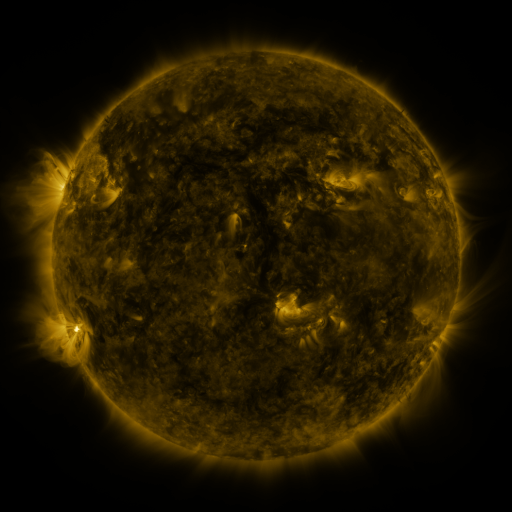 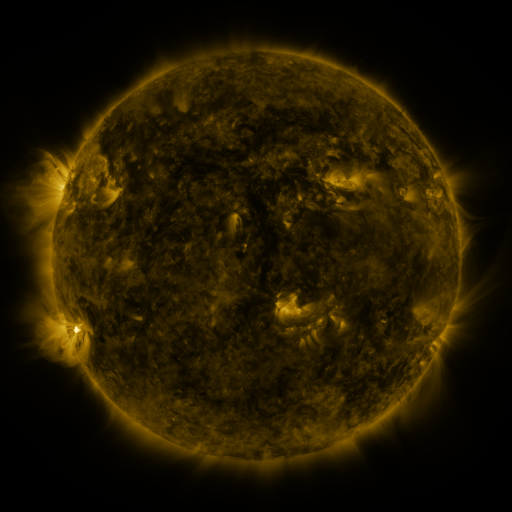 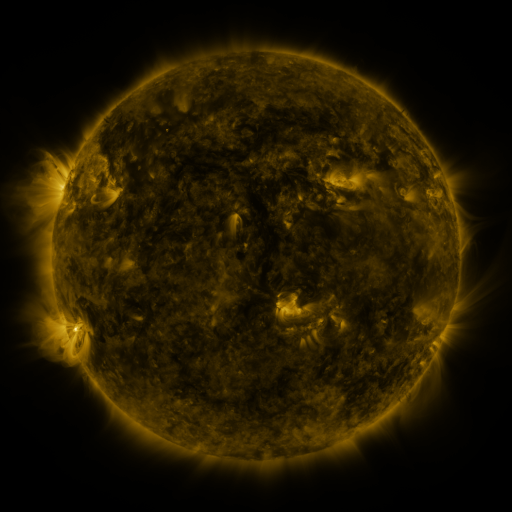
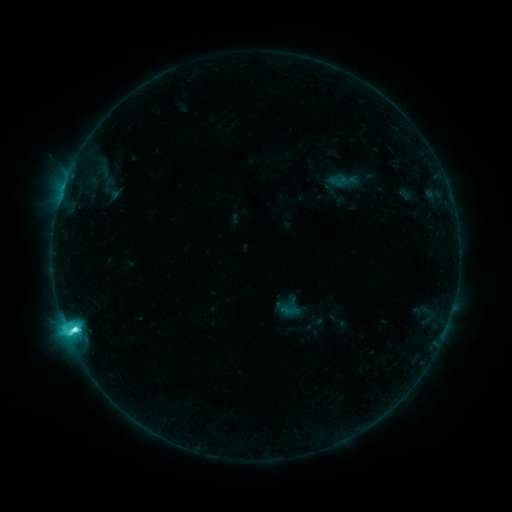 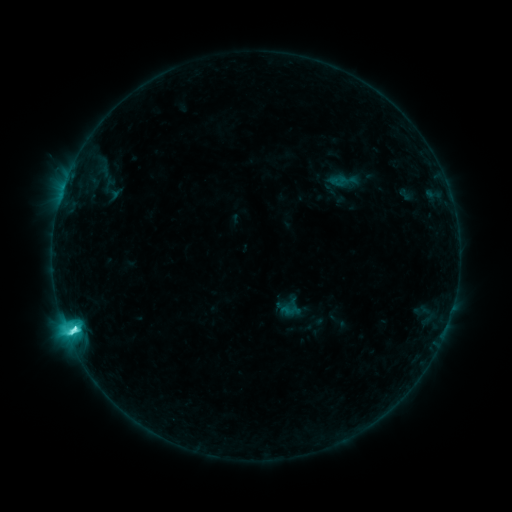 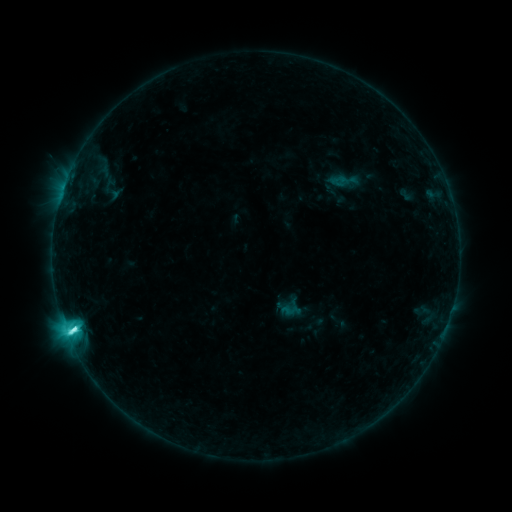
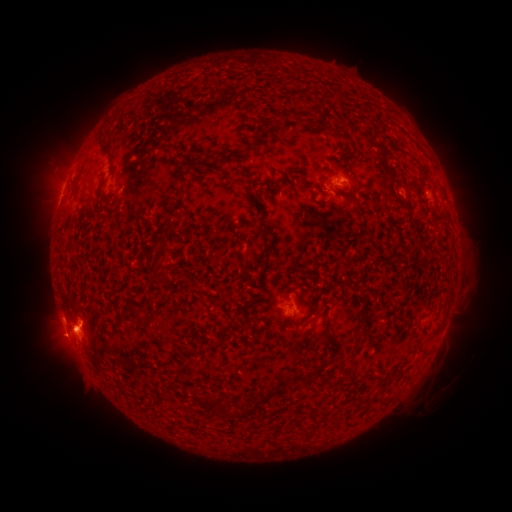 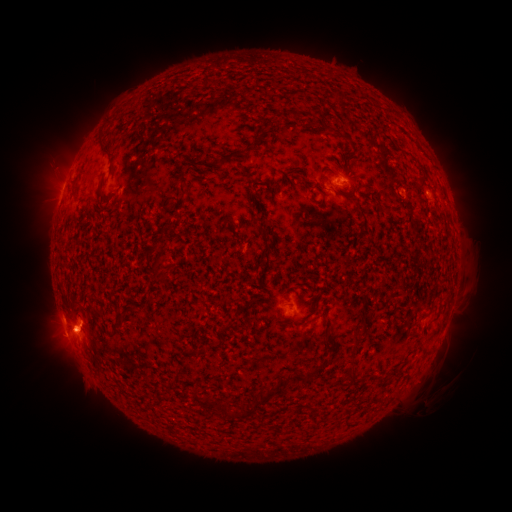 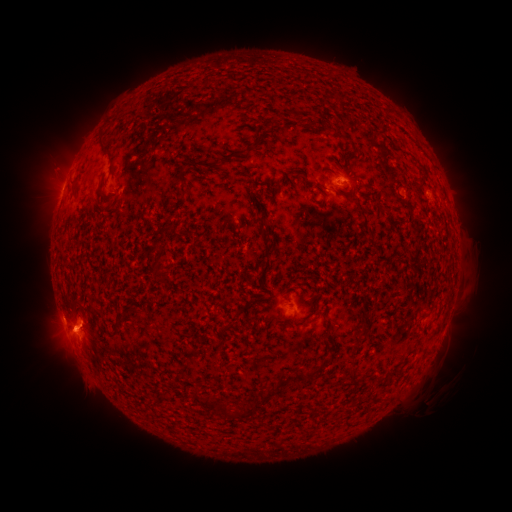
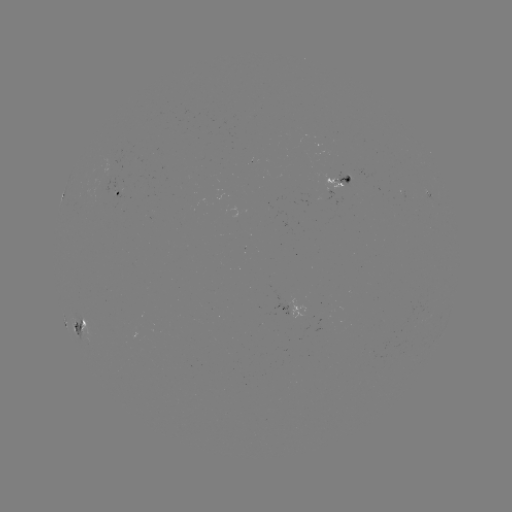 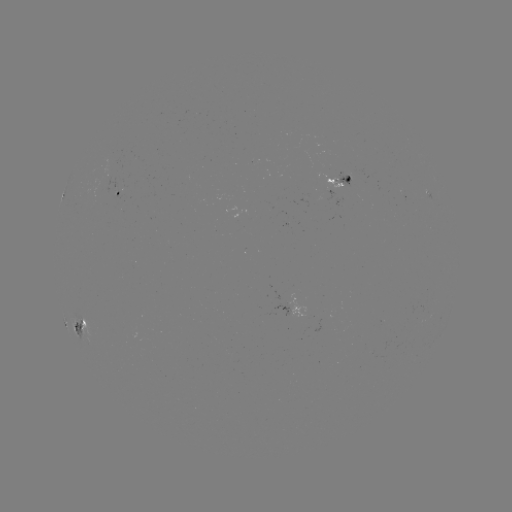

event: flare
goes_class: M1.2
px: (74, 324)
